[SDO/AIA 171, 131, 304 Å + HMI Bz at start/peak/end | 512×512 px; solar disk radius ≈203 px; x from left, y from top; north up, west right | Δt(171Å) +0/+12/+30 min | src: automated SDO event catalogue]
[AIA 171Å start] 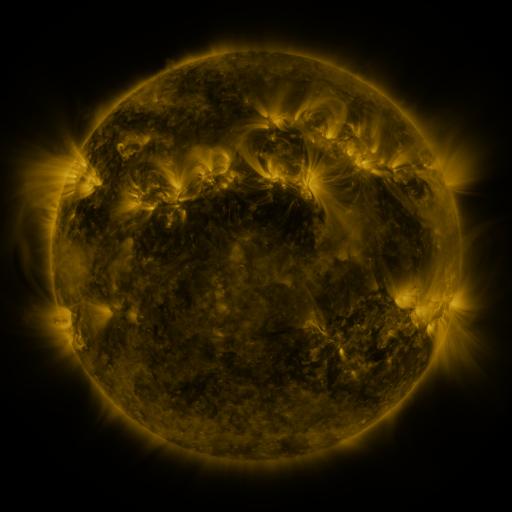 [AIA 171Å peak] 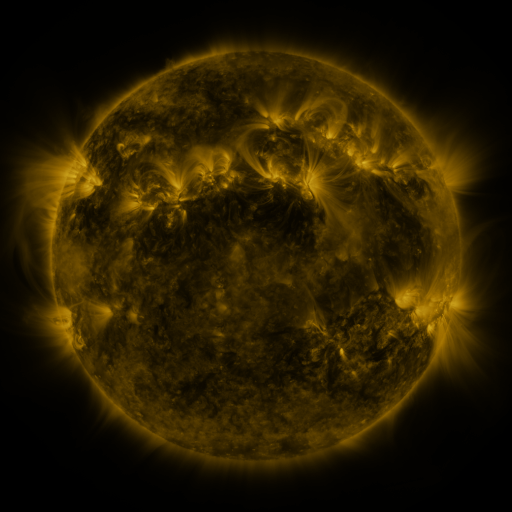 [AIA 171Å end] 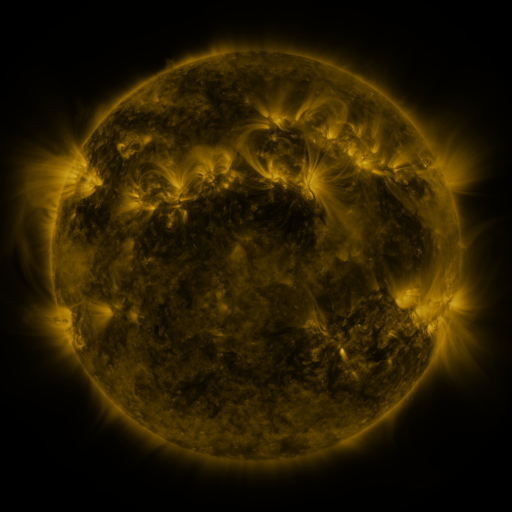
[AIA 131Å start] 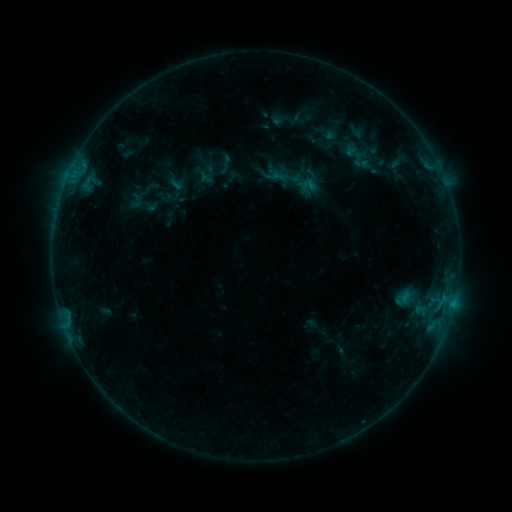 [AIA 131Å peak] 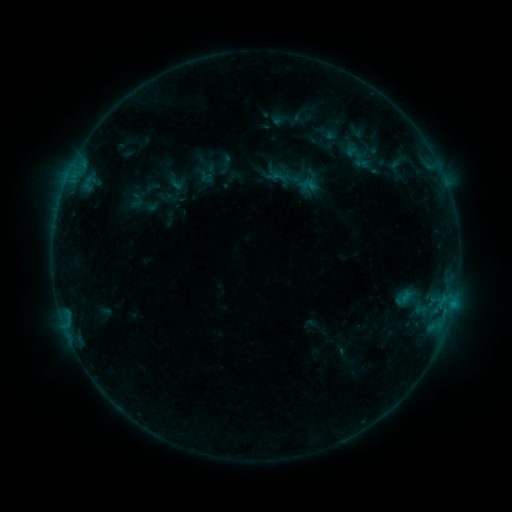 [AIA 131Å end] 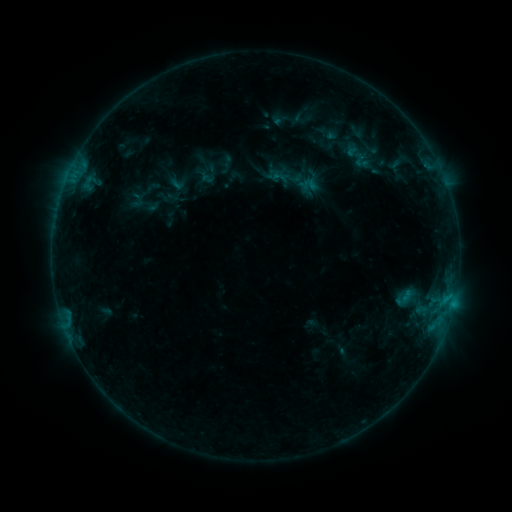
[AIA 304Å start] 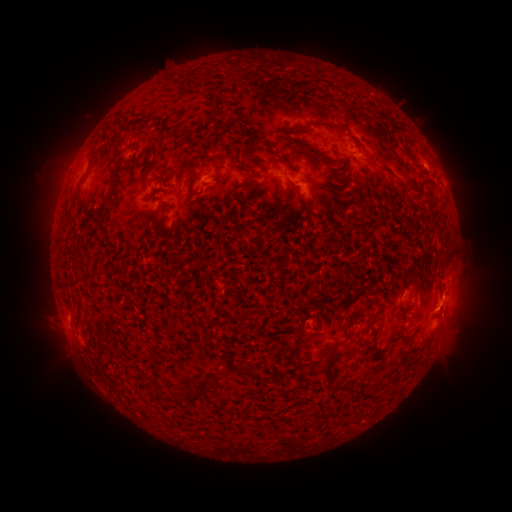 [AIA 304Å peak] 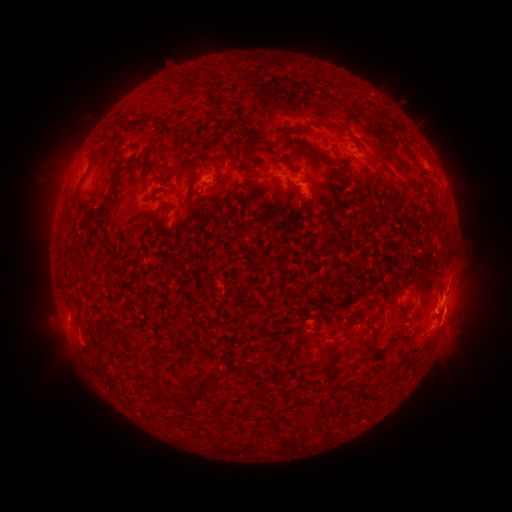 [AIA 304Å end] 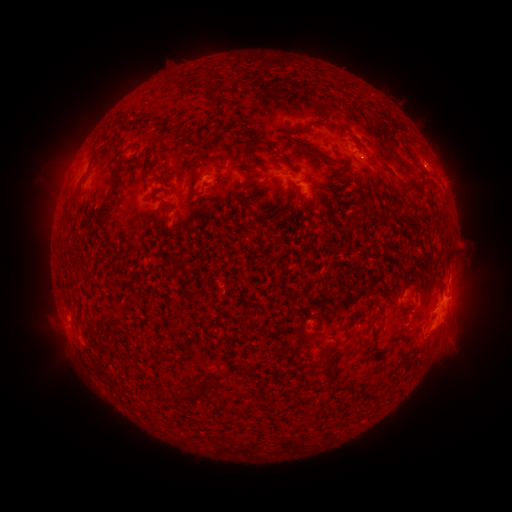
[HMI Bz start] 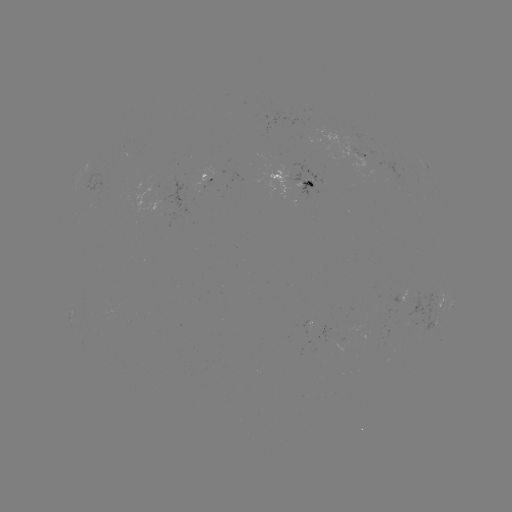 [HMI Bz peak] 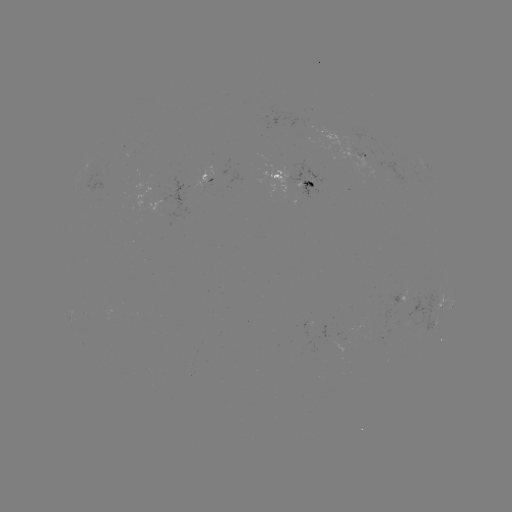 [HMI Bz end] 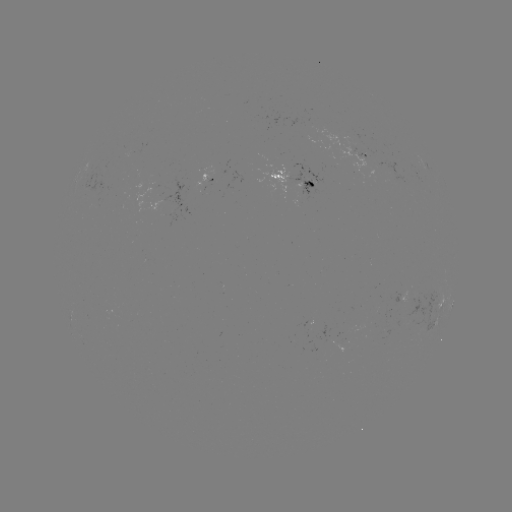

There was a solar eruption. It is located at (457, 323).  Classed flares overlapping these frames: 1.